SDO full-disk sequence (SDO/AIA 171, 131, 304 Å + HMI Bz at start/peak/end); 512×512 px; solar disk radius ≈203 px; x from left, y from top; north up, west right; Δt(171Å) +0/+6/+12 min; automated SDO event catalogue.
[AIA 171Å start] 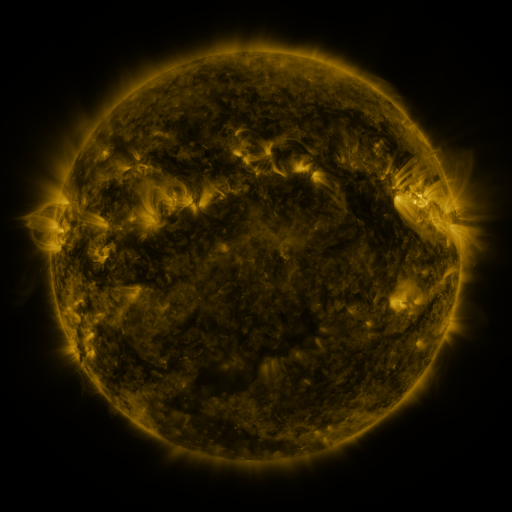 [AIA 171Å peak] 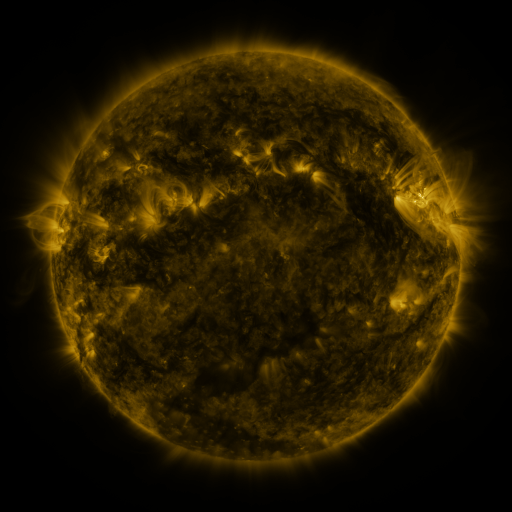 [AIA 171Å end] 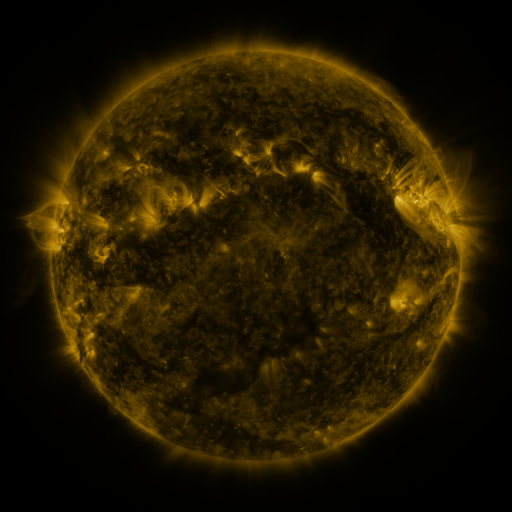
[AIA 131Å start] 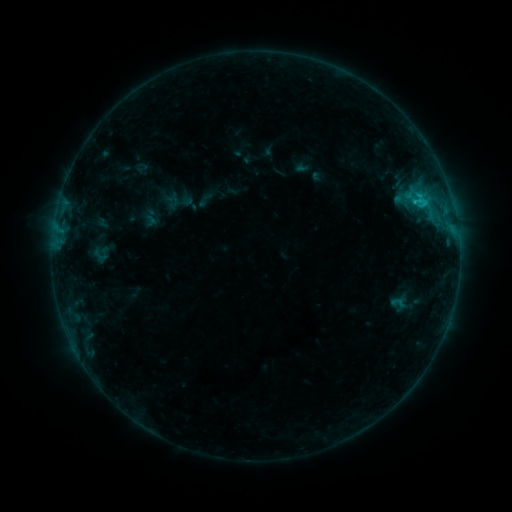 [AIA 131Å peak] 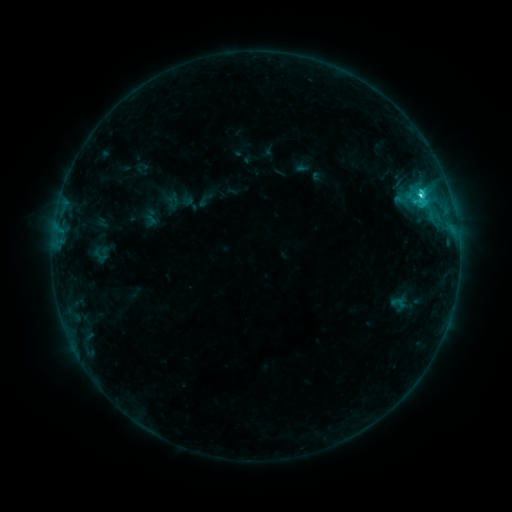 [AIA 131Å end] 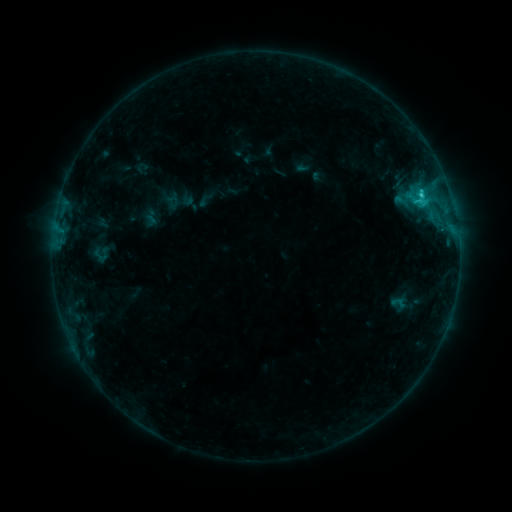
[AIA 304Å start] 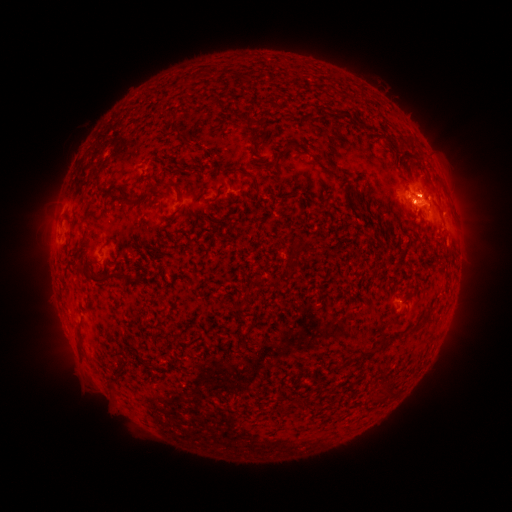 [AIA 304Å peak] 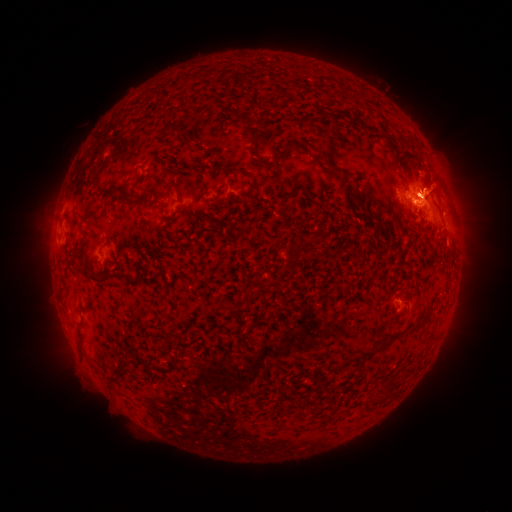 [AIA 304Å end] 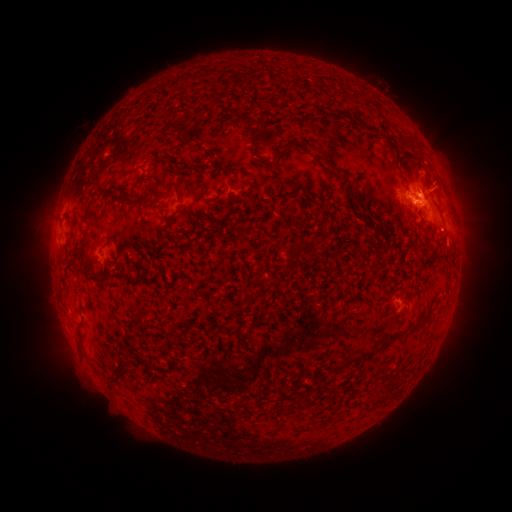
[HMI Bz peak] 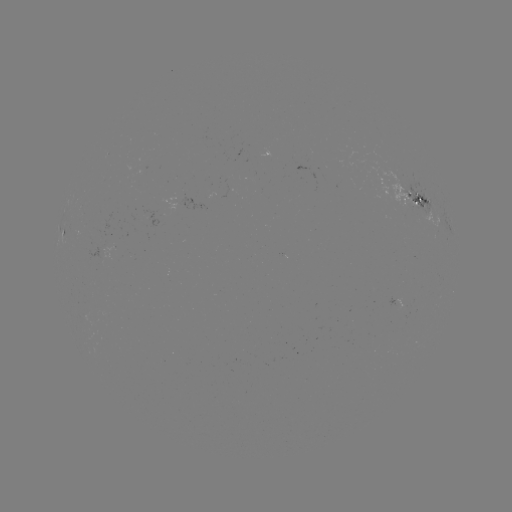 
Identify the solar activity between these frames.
eruption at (434, 188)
